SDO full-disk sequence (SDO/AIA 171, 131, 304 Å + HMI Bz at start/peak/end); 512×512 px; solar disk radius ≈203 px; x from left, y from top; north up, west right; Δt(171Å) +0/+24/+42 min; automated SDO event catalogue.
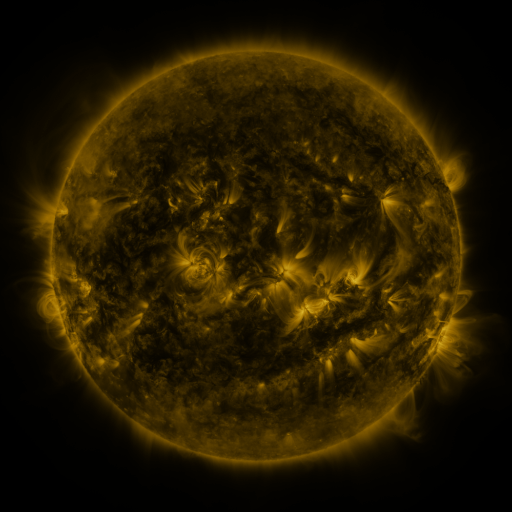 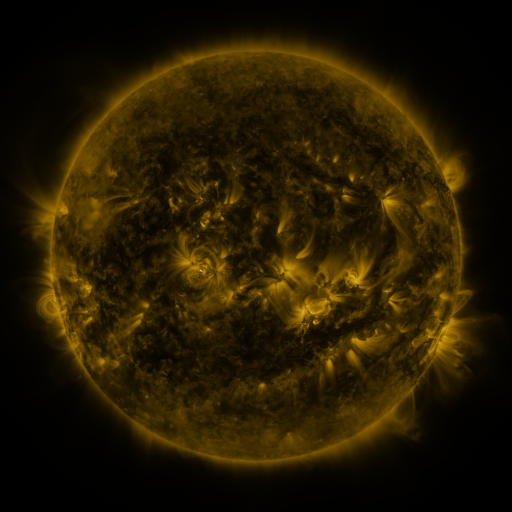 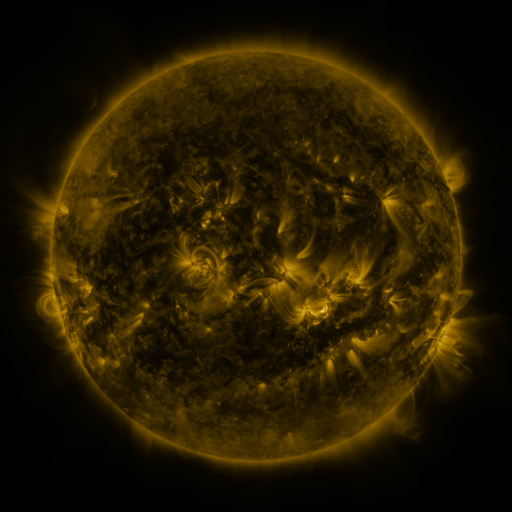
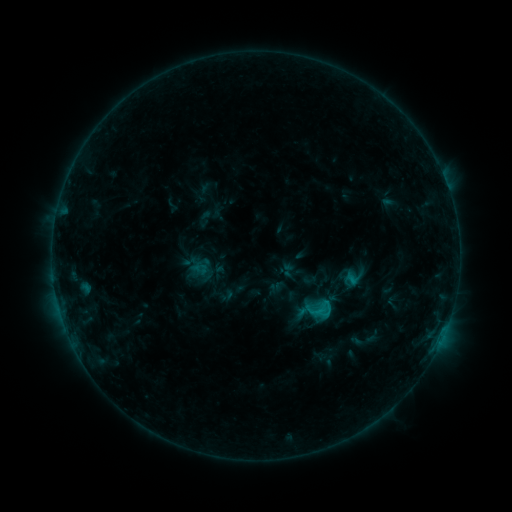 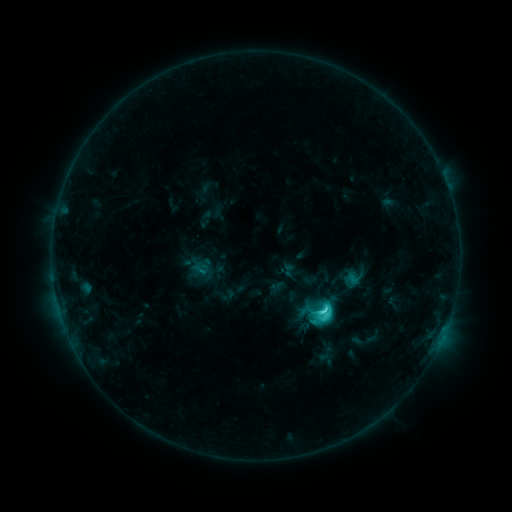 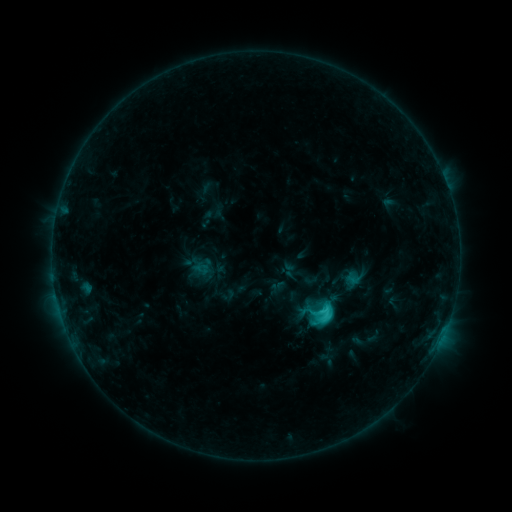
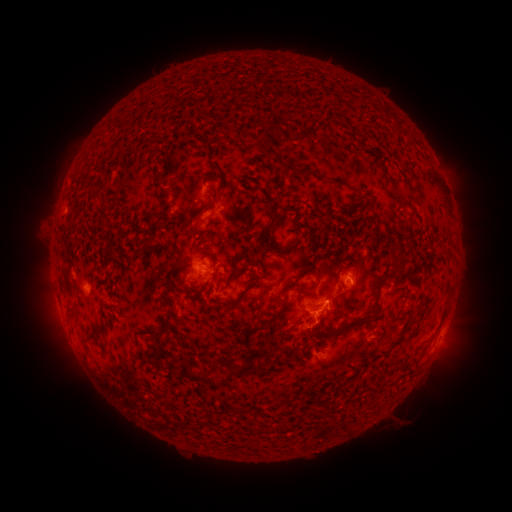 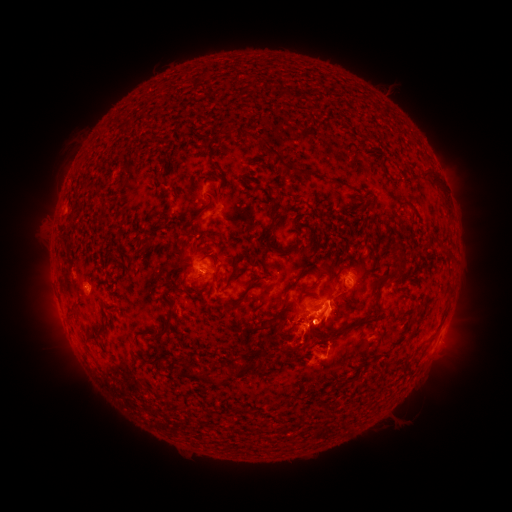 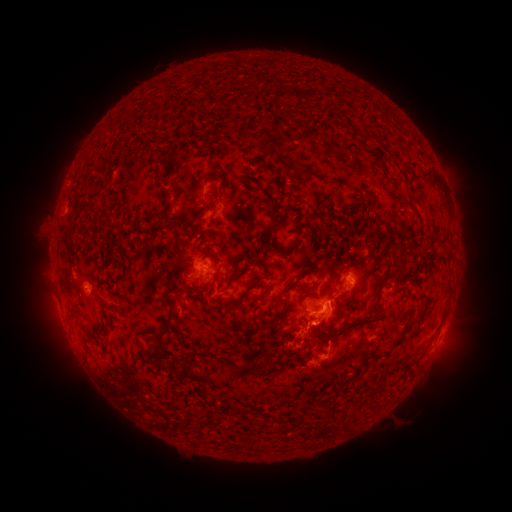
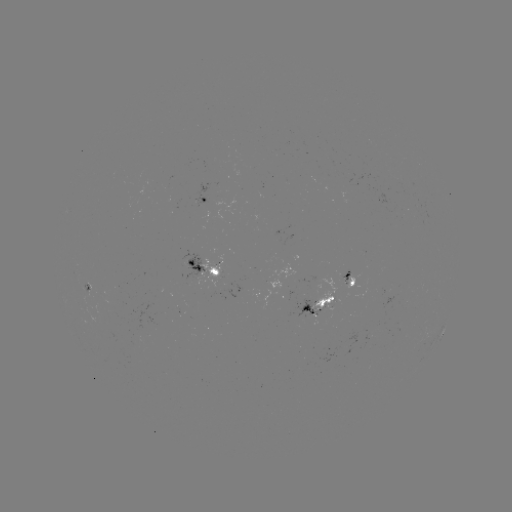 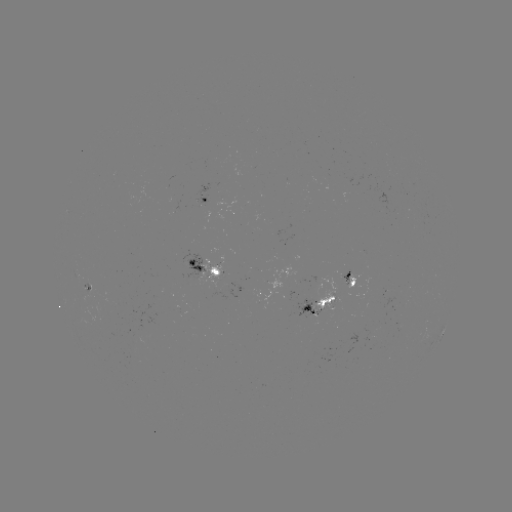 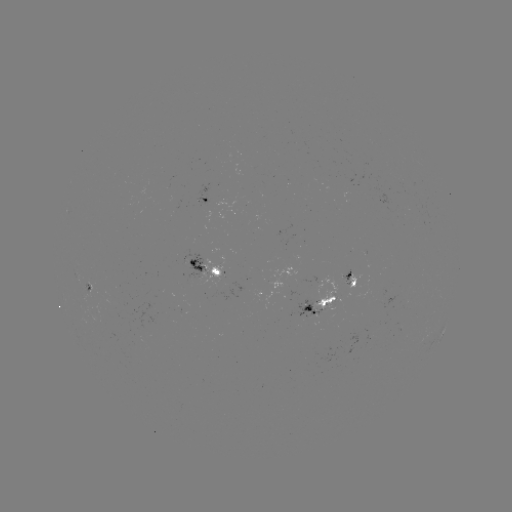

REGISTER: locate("C4.4 flare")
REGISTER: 321,309